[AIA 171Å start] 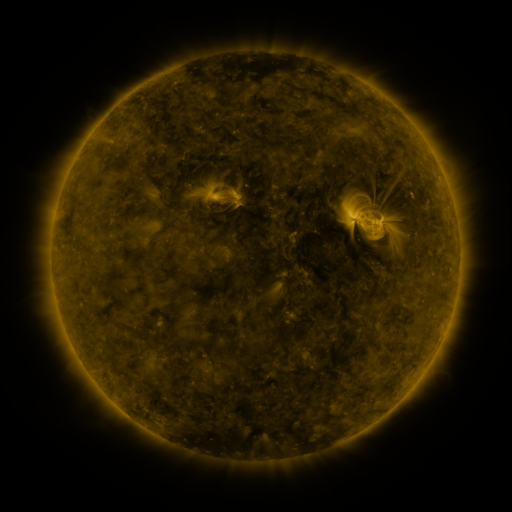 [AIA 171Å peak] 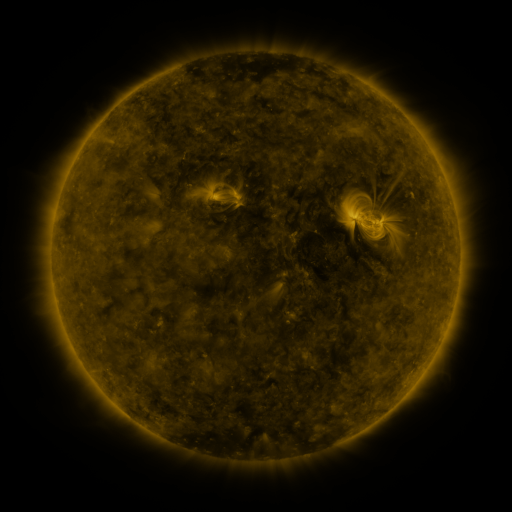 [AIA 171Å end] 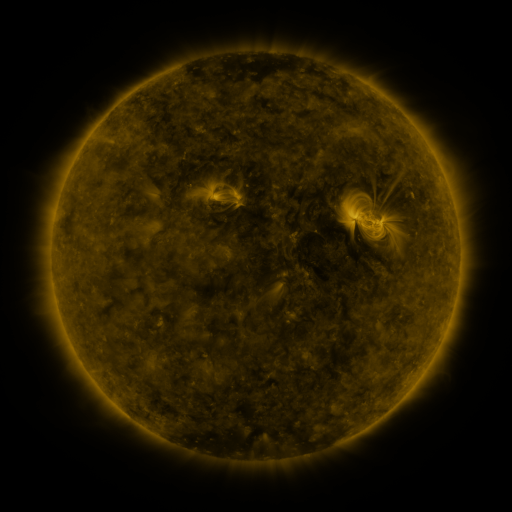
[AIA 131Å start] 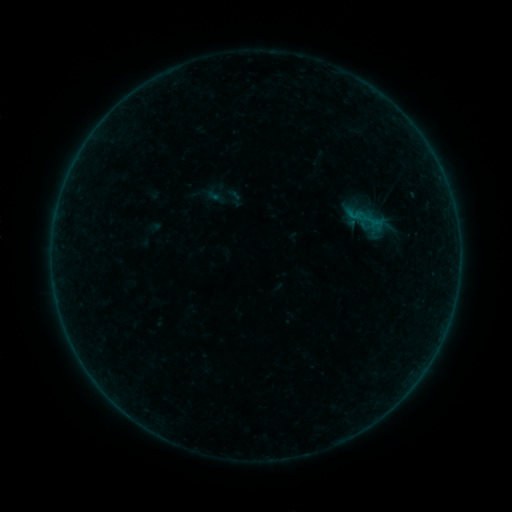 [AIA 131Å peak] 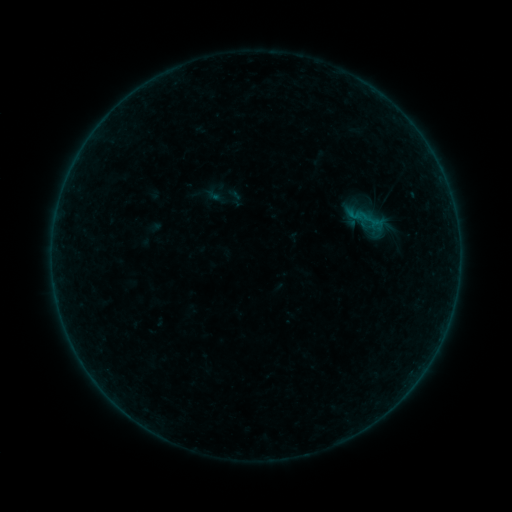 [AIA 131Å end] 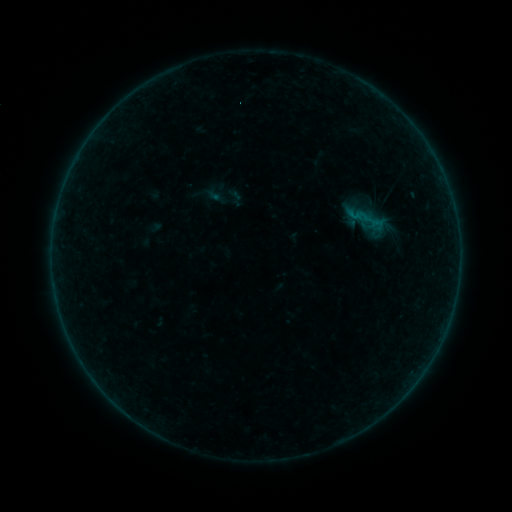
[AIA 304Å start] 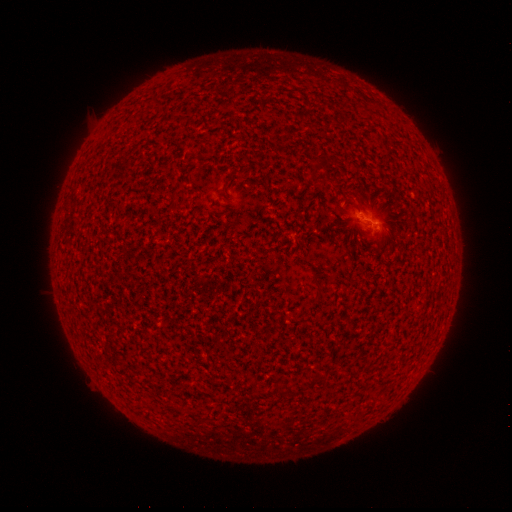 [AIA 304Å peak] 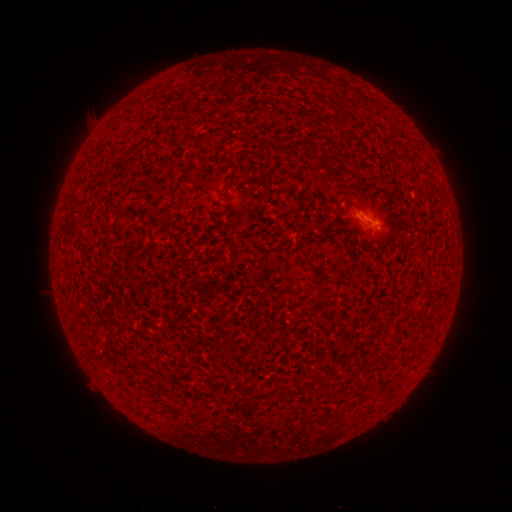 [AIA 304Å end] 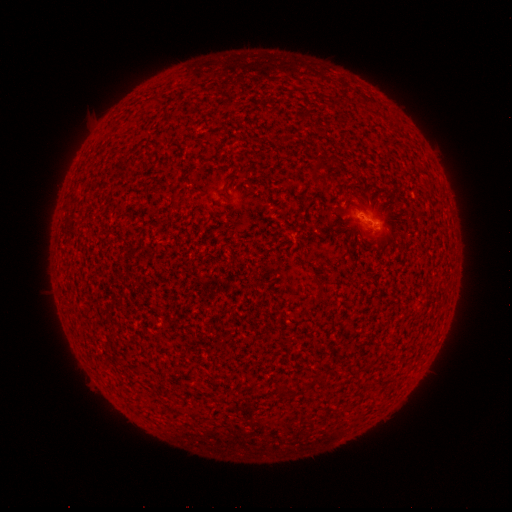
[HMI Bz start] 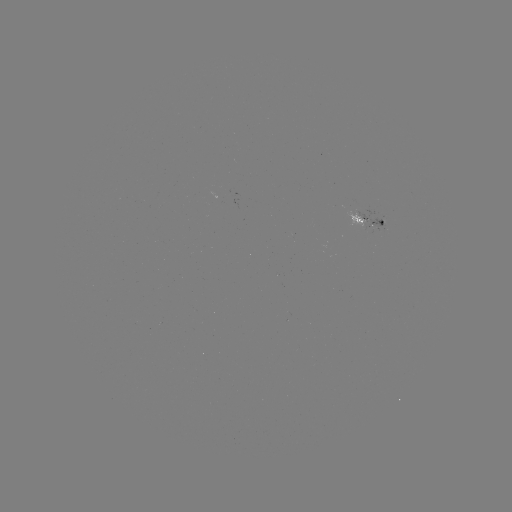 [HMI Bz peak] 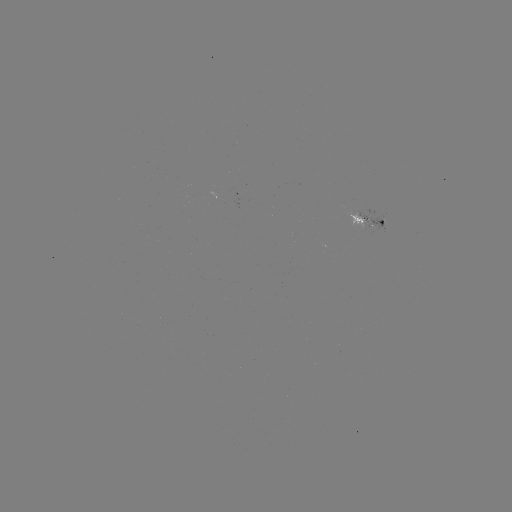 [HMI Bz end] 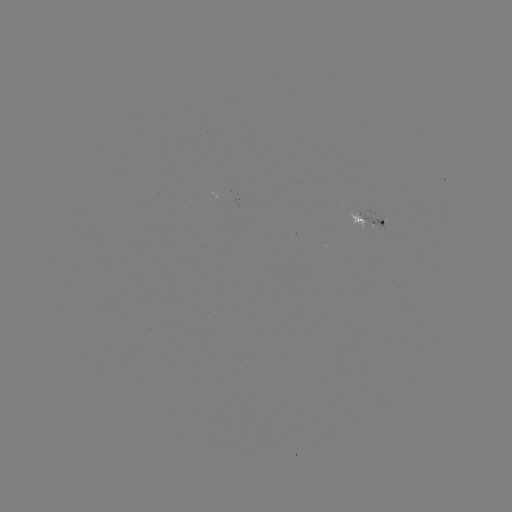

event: flare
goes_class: A8.0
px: (360, 217)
